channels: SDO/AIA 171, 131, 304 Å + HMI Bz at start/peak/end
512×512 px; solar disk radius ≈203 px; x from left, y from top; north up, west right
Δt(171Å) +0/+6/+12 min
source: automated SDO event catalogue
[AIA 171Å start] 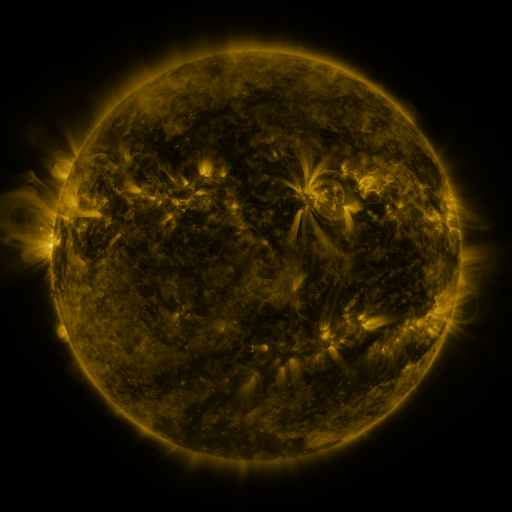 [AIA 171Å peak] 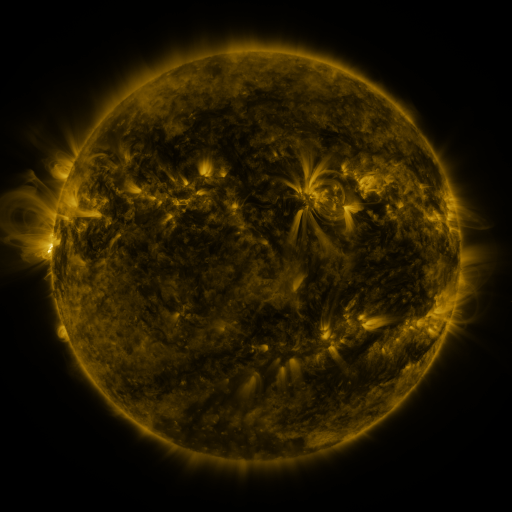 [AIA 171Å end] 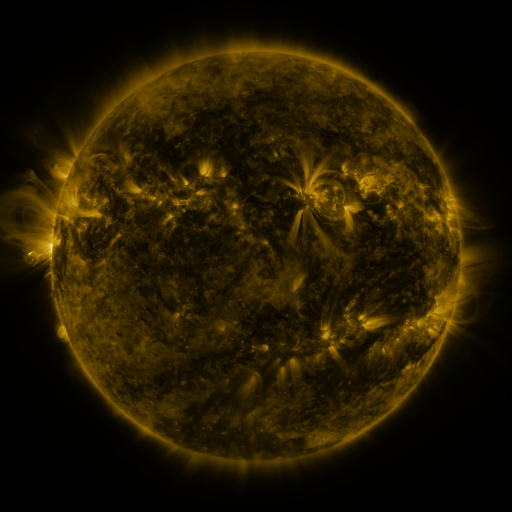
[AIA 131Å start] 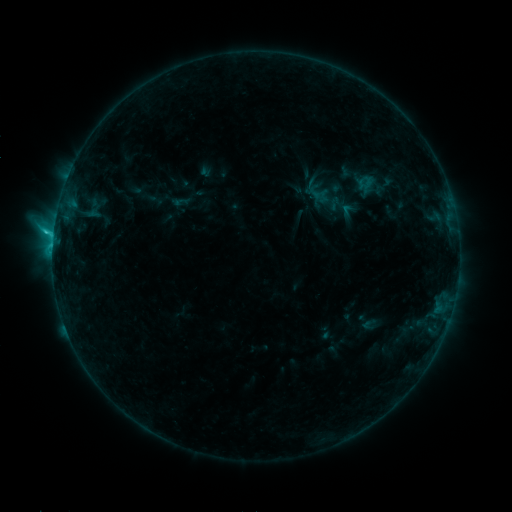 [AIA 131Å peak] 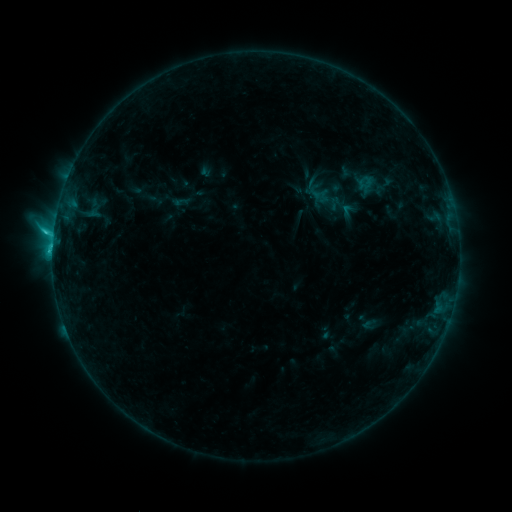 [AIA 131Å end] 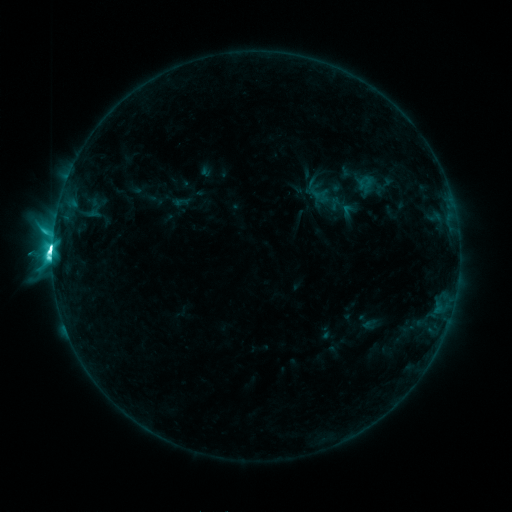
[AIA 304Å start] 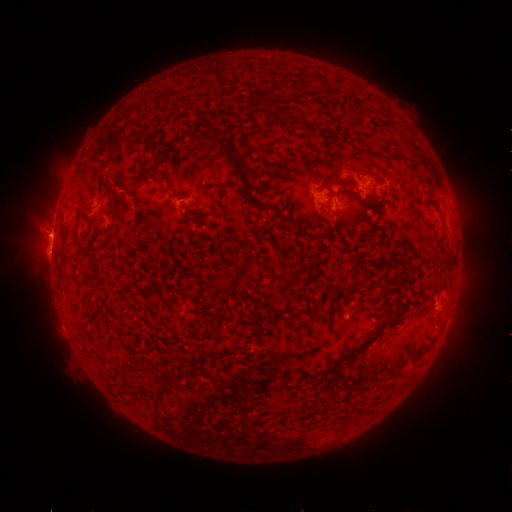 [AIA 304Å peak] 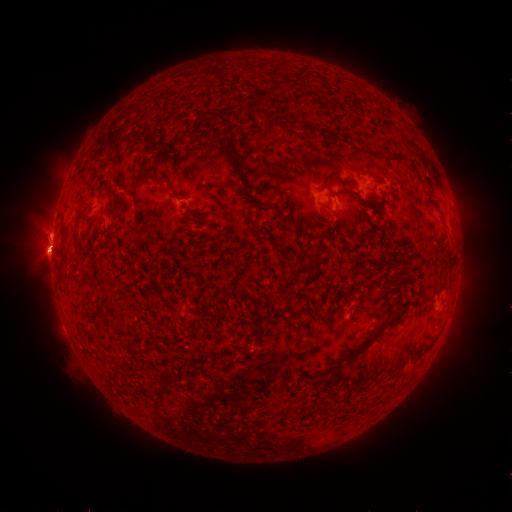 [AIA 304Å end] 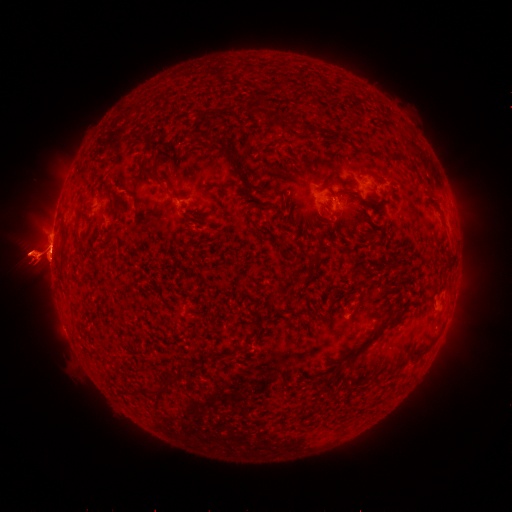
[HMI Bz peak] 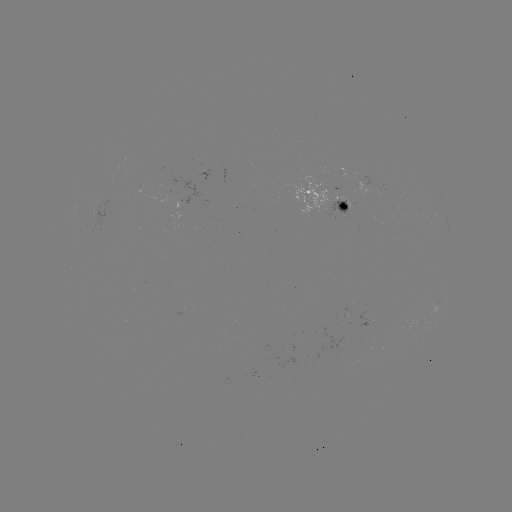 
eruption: <bbox>420, 229, 444, 277</bbox>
